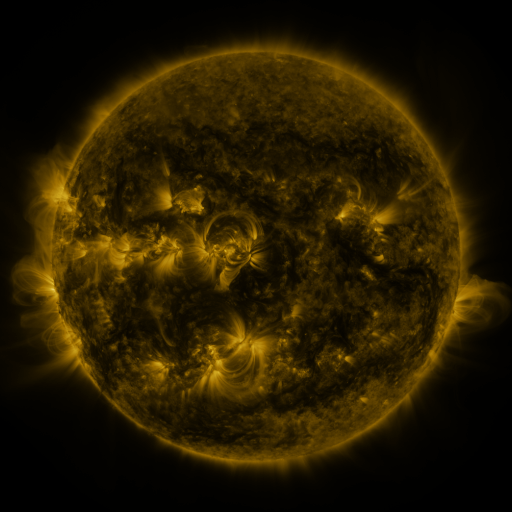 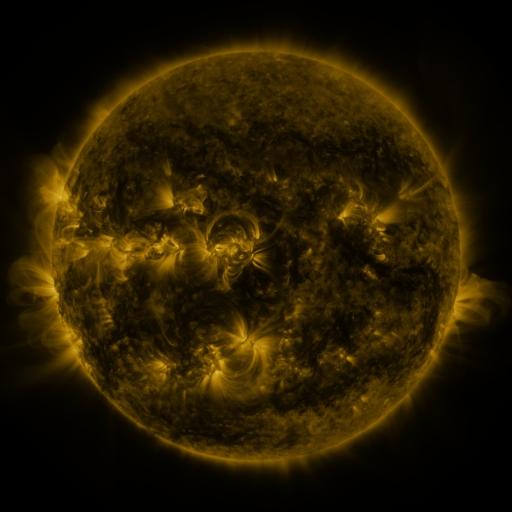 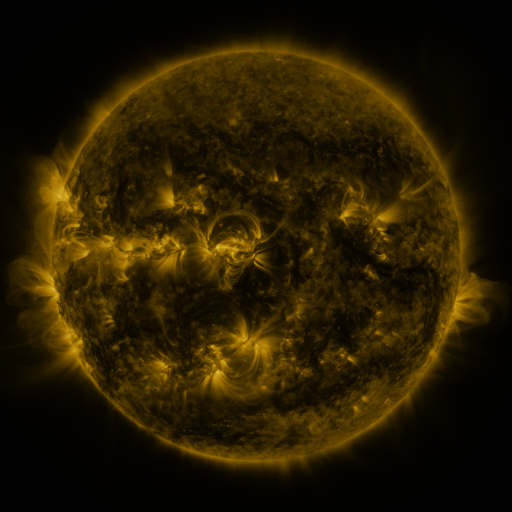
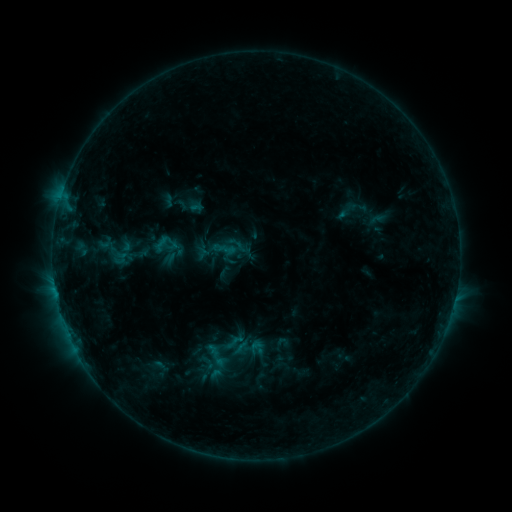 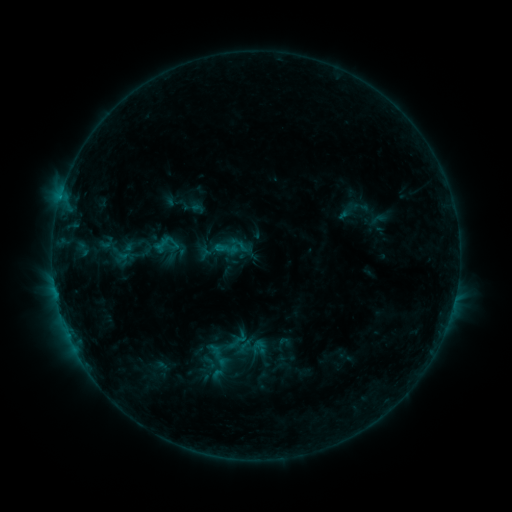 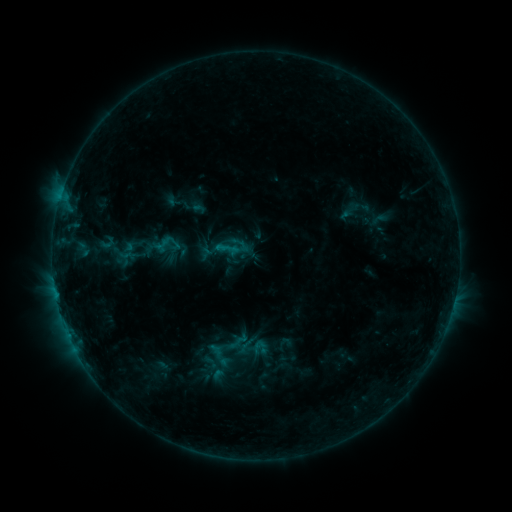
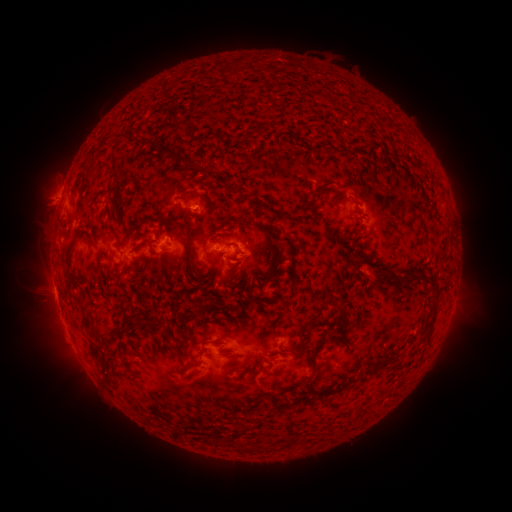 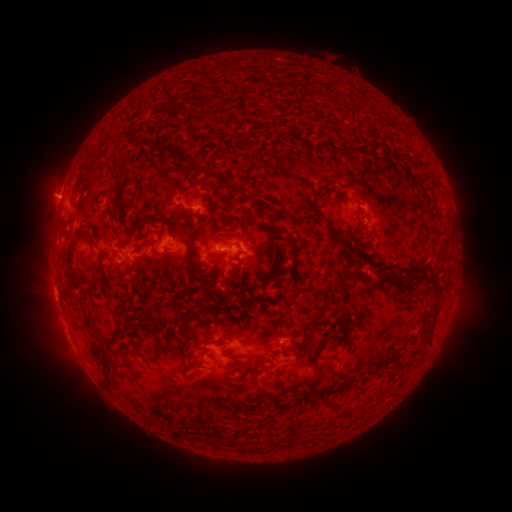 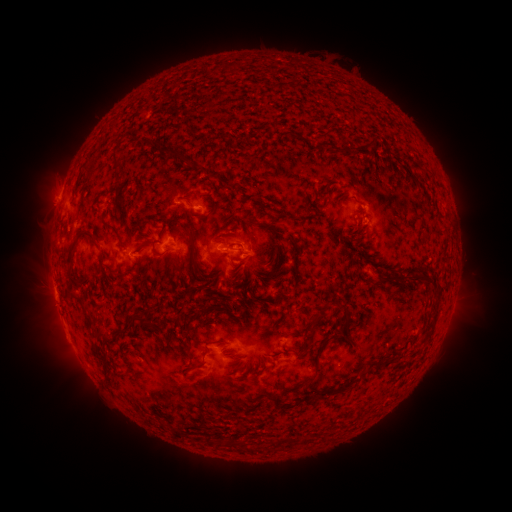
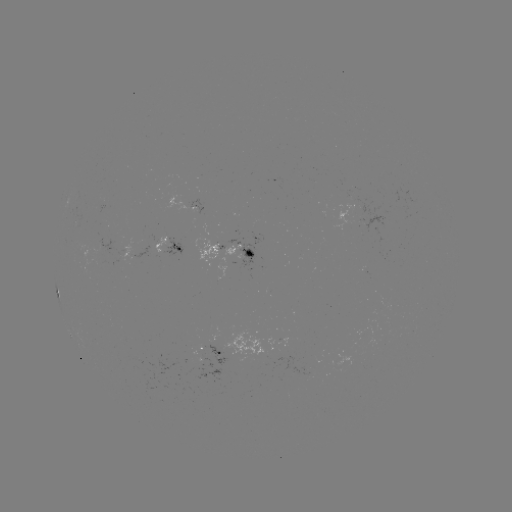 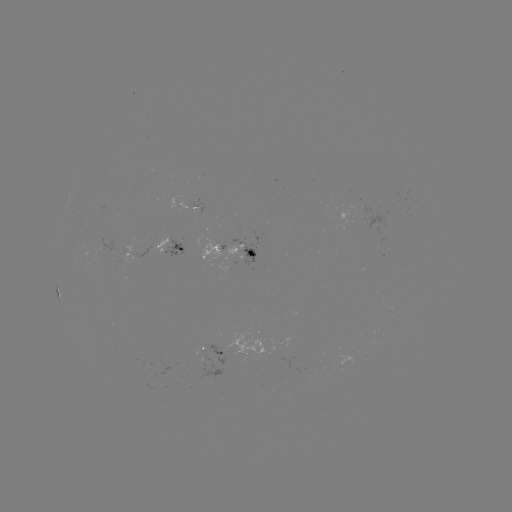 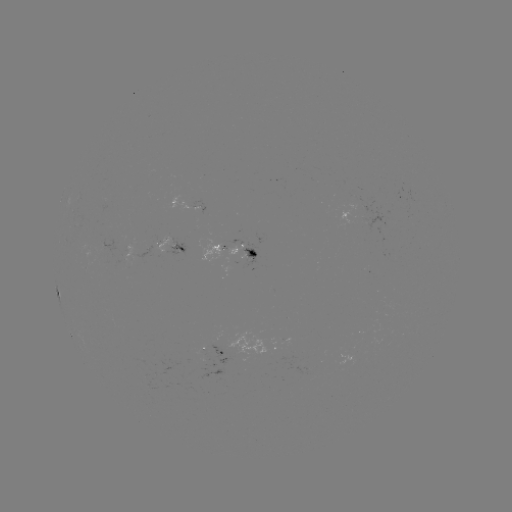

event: emerging-flux region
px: (286, 356)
